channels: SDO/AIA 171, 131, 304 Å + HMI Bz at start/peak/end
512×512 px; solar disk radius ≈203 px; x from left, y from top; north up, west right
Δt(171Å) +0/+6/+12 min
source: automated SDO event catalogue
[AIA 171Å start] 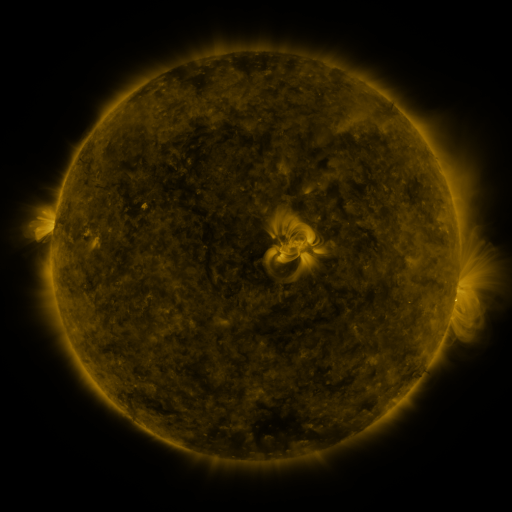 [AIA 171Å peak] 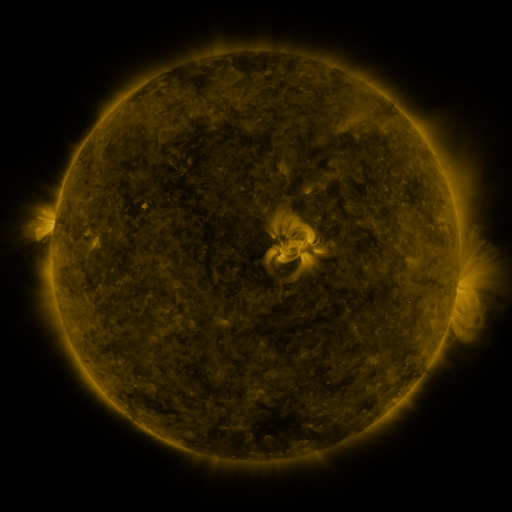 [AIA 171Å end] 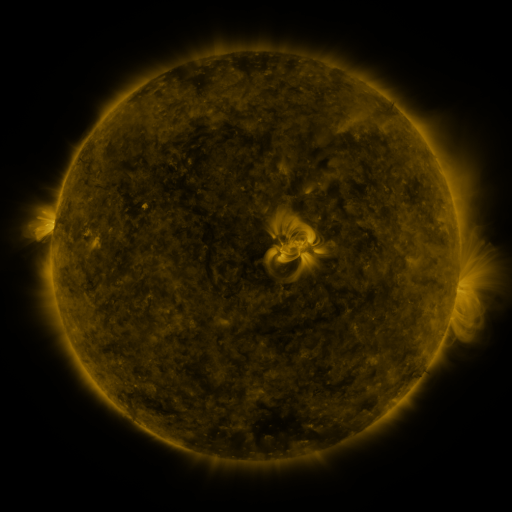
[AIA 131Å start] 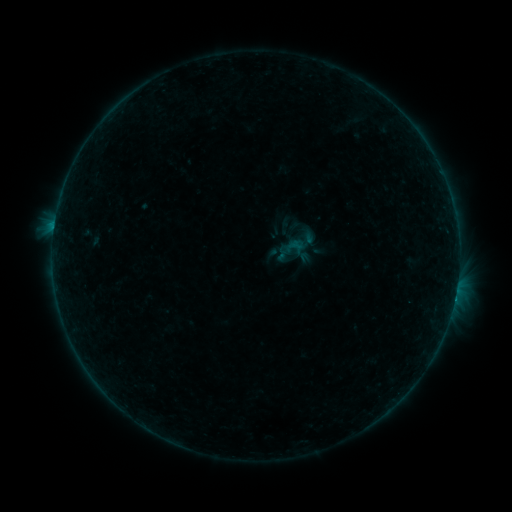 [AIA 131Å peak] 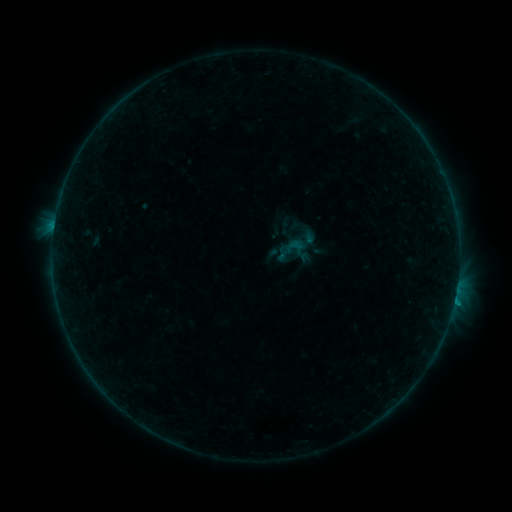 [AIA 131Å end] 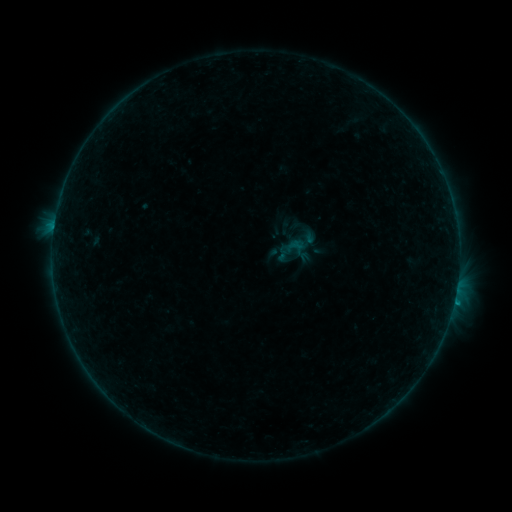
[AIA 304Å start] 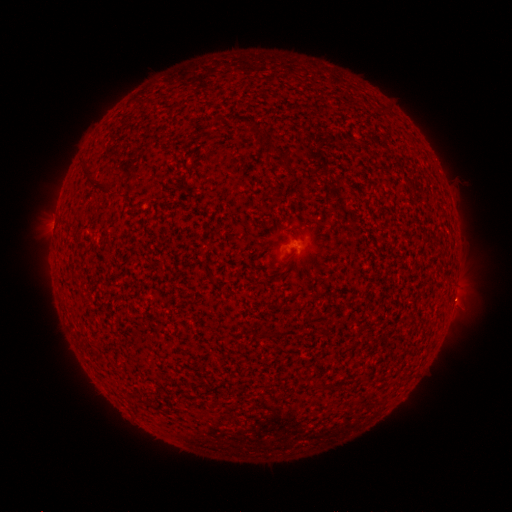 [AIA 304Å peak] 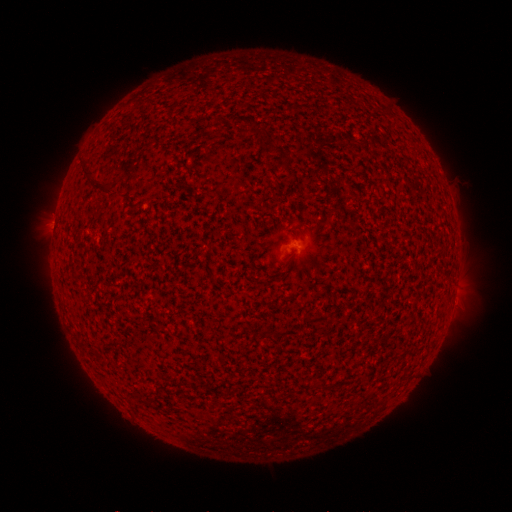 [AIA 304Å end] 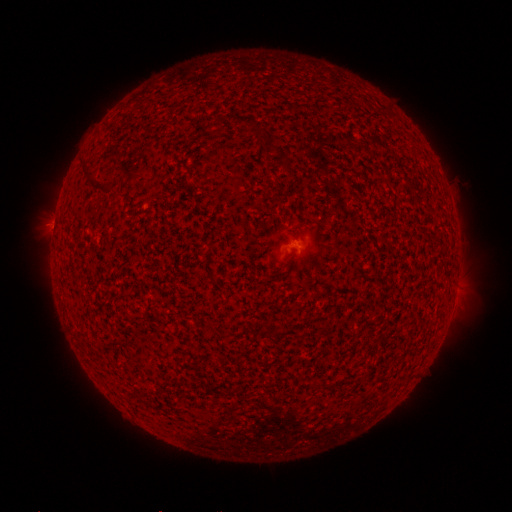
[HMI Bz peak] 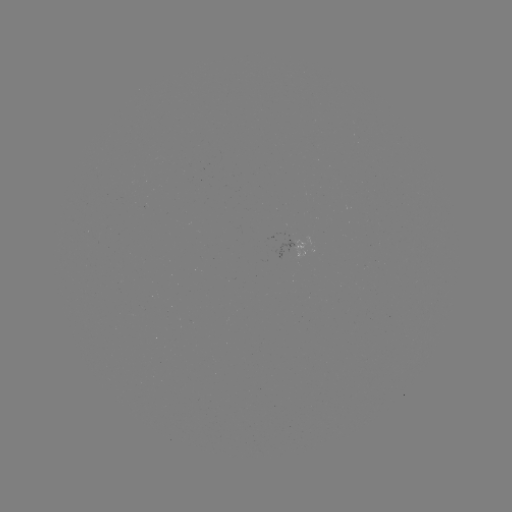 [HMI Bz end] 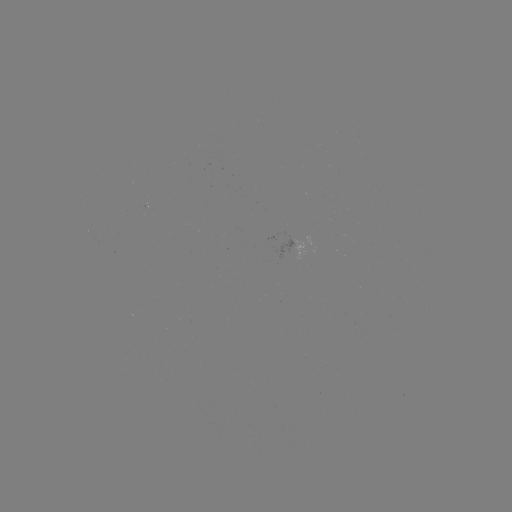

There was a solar flare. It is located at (454, 297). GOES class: B3.3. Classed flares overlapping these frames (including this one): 1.